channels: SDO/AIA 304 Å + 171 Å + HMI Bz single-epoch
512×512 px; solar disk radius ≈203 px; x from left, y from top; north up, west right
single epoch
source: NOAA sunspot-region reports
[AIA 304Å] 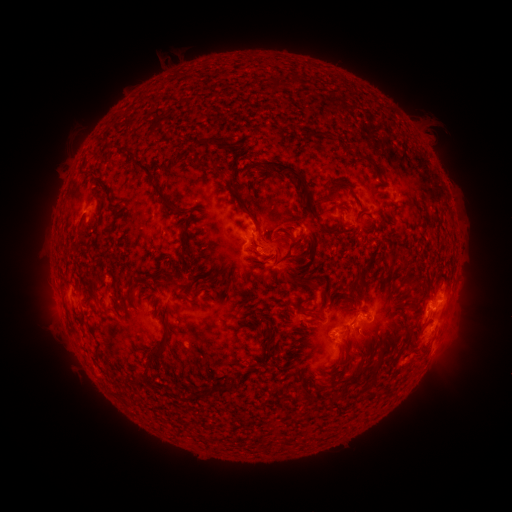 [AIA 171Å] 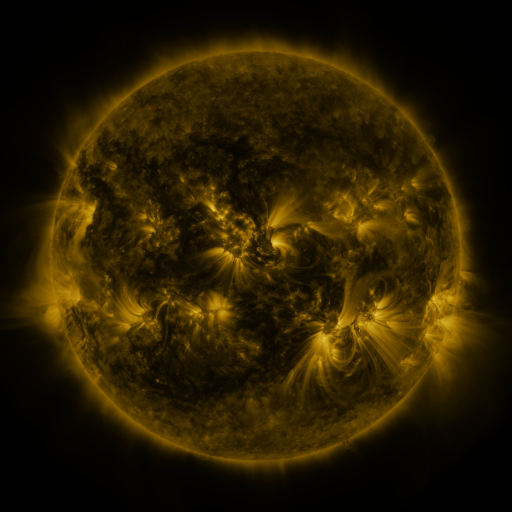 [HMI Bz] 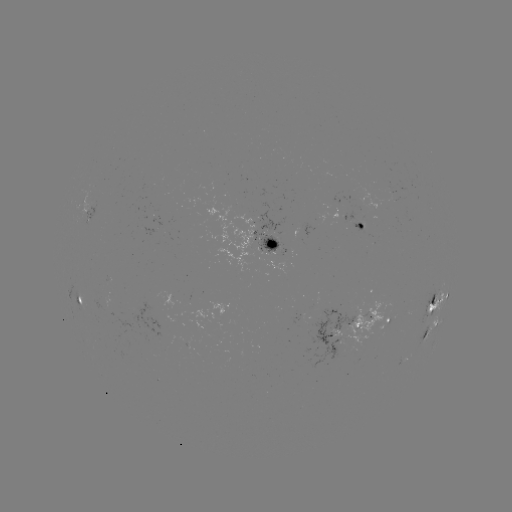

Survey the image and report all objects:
spotted active region: (396, 191)
spotted active region: (362, 227)
spotted active region: (270, 250)
spotted active region: (77, 298)
spotted active region: (437, 305)
spotted active region: (387, 318)
spotted active region: (349, 329)
spotted active region: (430, 331)
